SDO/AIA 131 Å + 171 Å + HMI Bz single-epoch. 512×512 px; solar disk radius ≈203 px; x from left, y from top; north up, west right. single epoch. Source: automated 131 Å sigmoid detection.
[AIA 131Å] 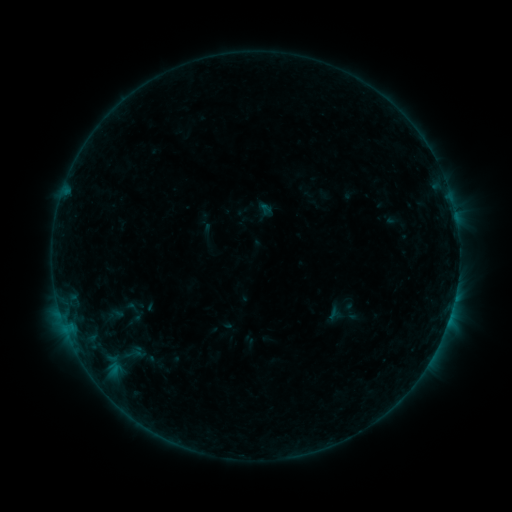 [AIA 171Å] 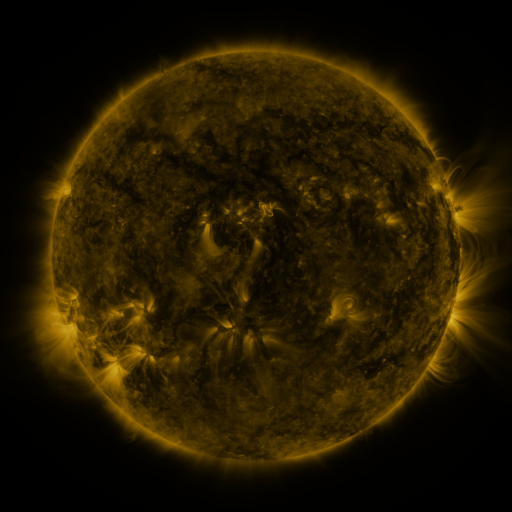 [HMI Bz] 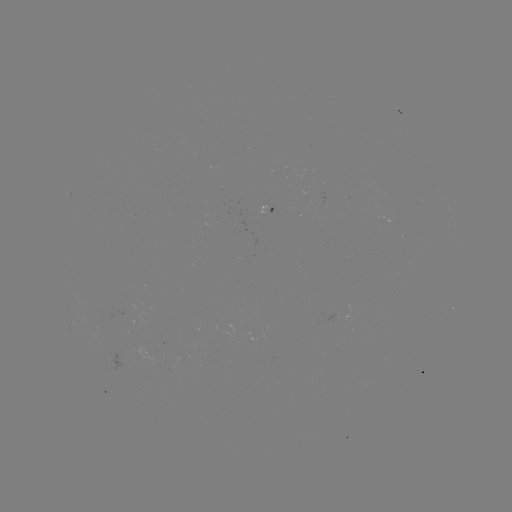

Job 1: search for sigmoid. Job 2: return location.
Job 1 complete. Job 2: [131, 354].